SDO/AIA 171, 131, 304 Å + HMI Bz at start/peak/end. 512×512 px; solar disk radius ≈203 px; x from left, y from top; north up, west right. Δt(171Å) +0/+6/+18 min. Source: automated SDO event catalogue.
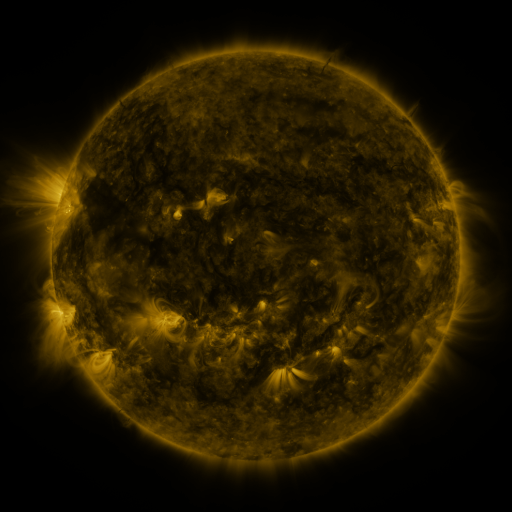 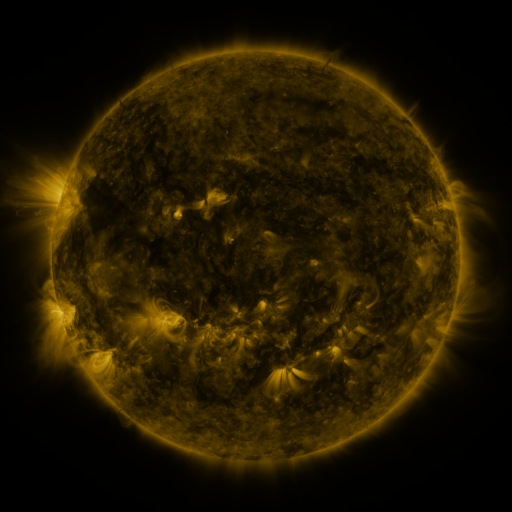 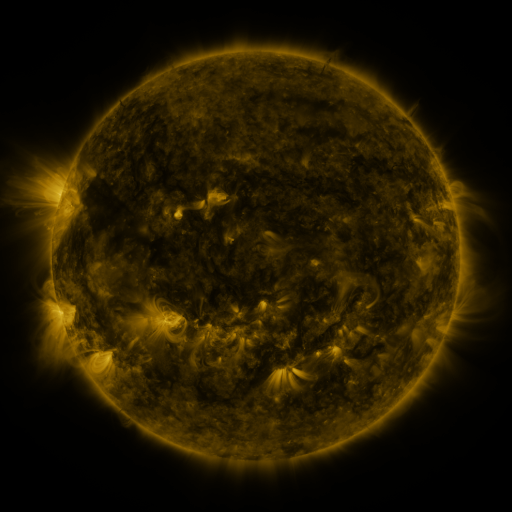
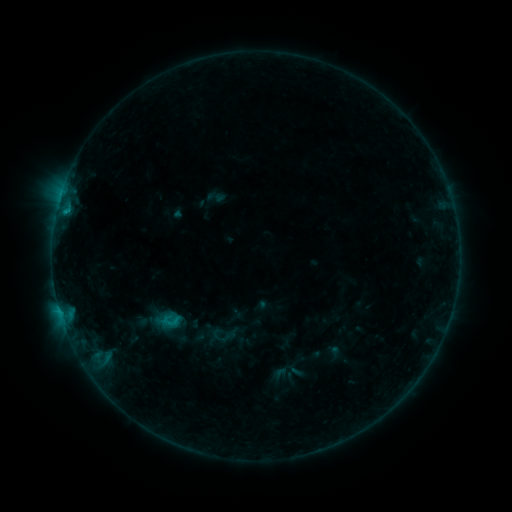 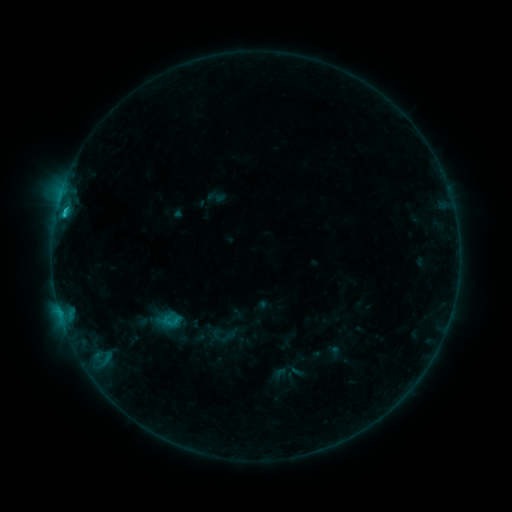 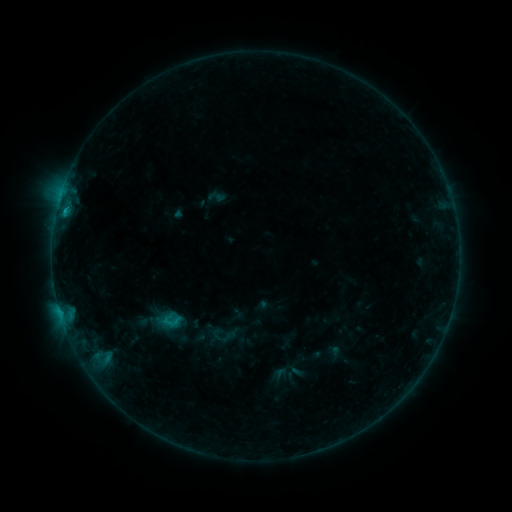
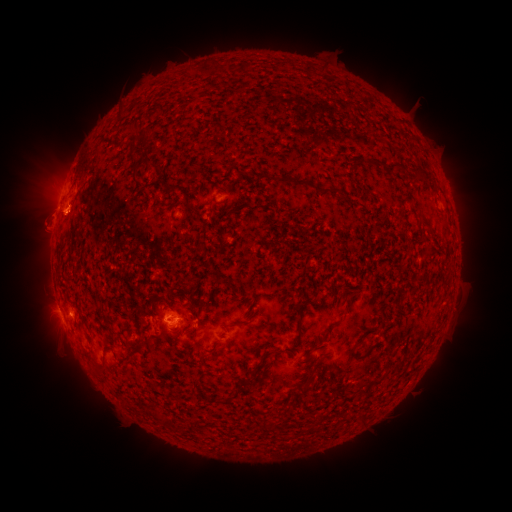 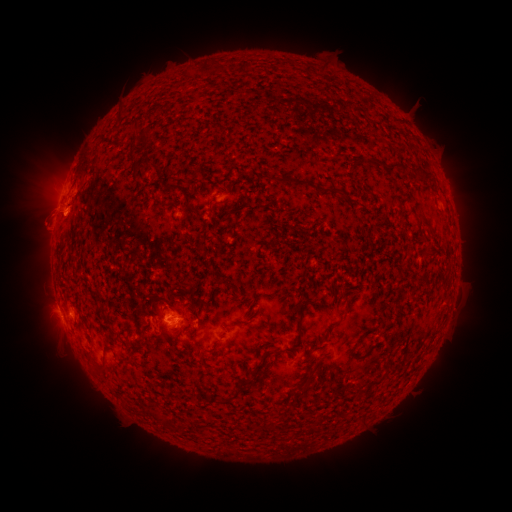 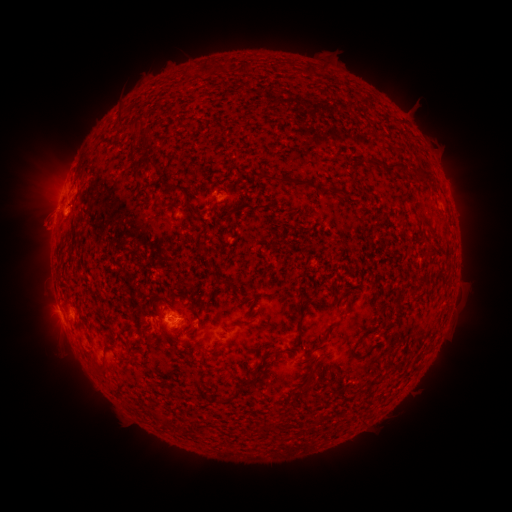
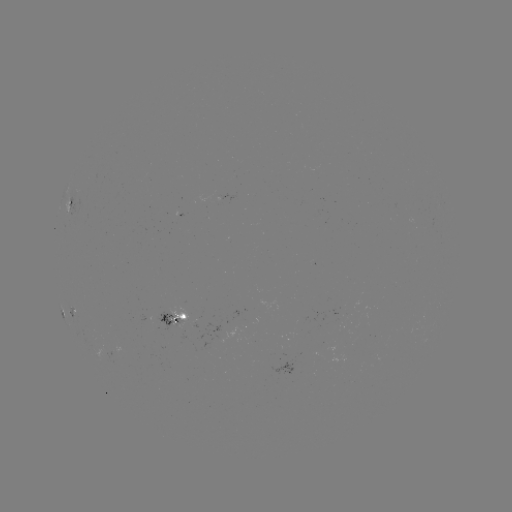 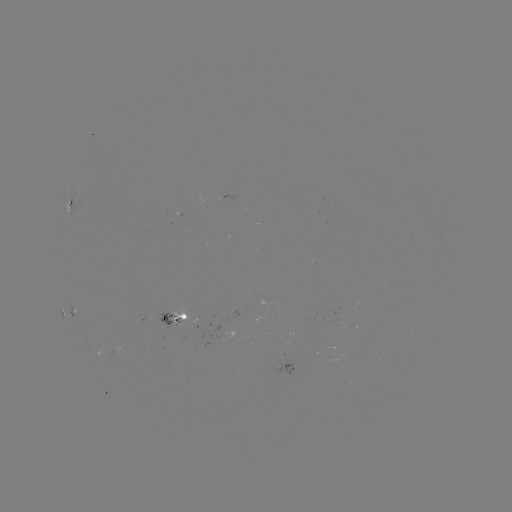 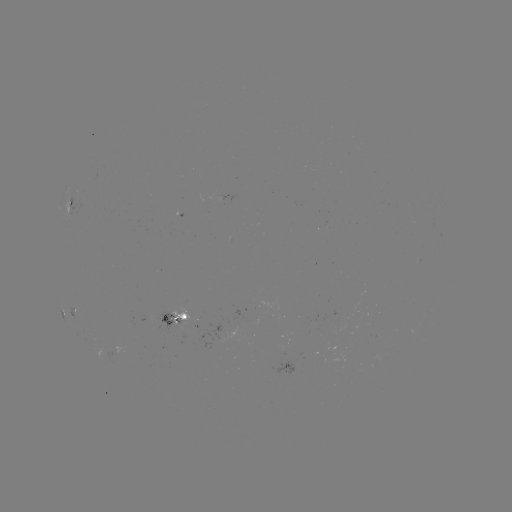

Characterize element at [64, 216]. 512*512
B8.9 flare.